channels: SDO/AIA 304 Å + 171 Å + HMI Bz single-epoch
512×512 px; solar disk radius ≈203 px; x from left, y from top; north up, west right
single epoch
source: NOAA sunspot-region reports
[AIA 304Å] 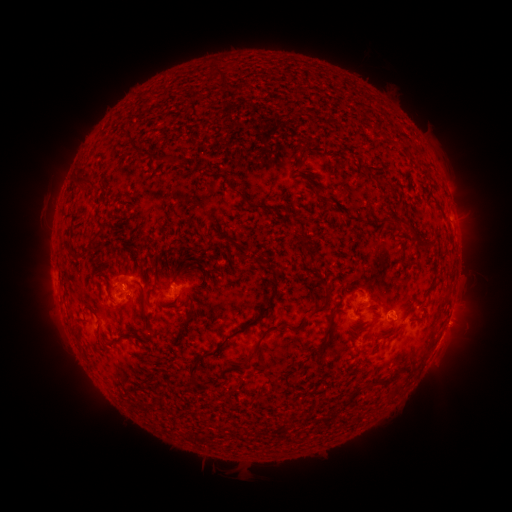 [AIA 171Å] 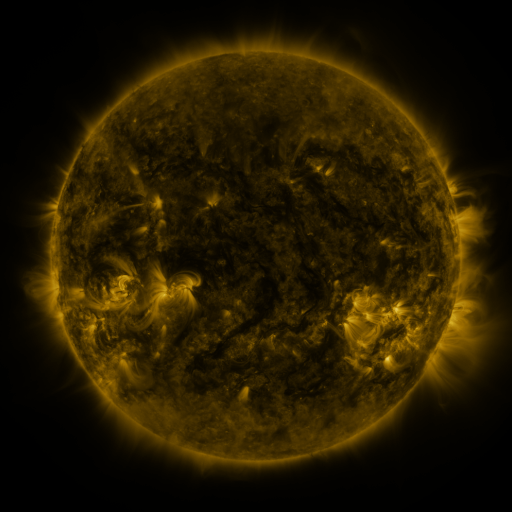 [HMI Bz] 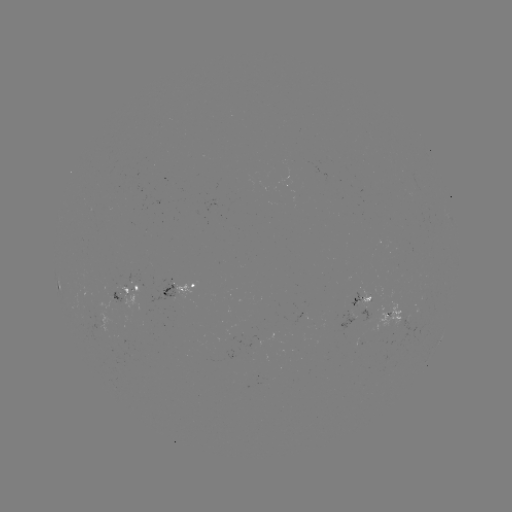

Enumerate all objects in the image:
spotted active region: (60, 293)
spotted active region: (130, 293)
spotted active region: (184, 293)
spotted active region: (363, 300)
spotted active region: (366, 300)
spotted active region: (395, 315)
spotted active region: (440, 341)
